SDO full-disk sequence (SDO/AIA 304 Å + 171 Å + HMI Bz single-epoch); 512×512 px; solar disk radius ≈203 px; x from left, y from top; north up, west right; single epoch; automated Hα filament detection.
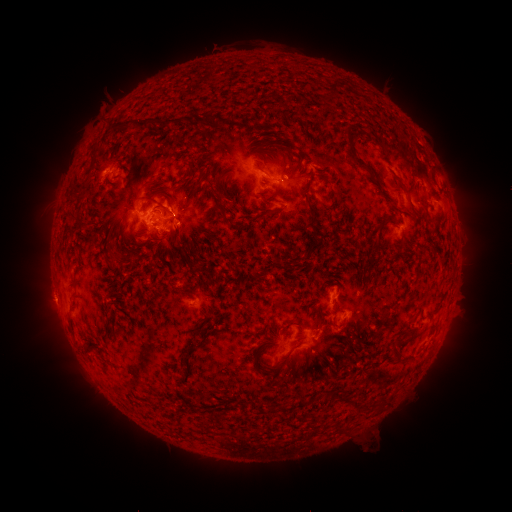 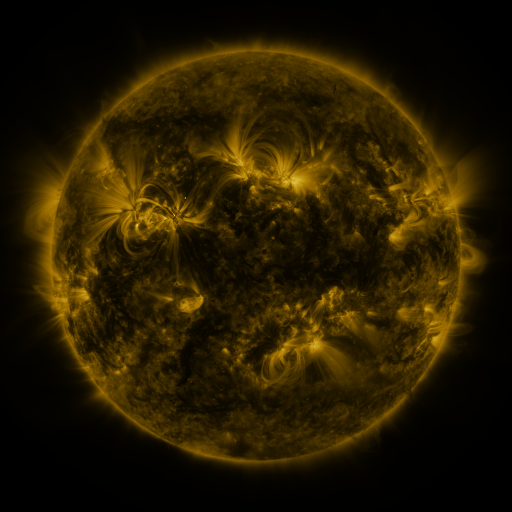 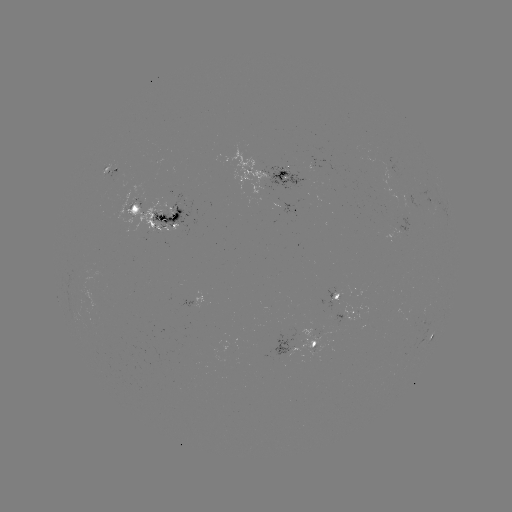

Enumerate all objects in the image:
filament: (331, 82, 339, 96)
filament: (137, 115, 174, 130)
filament: (124, 117, 132, 126)
filament: (345, 124, 379, 186)
filament: (278, 169, 287, 176)
filament: (194, 175, 202, 188)
filament: (213, 193, 232, 206)
filament: (179, 201, 188, 210)
filament: (218, 205, 230, 217)
filament: (258, 206, 274, 216)
filament: (300, 212, 324, 261)
filament: (375, 215, 393, 247)
filament: (167, 224, 181, 236)
filament: (66, 276, 75, 285)
filament: (246, 280, 256, 289)
filament: (306, 304, 328, 315)
filament: (279, 319, 302, 331)
filament: (393, 336, 411, 349)
filament: (282, 338, 305, 361)
filament: (332, 390, 343, 401)
filament: (294, 396, 309, 408)
